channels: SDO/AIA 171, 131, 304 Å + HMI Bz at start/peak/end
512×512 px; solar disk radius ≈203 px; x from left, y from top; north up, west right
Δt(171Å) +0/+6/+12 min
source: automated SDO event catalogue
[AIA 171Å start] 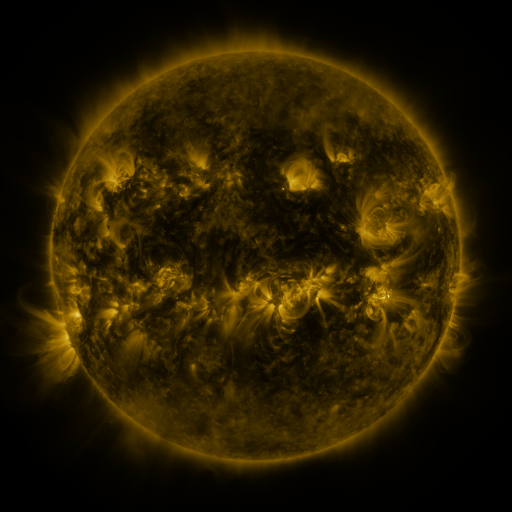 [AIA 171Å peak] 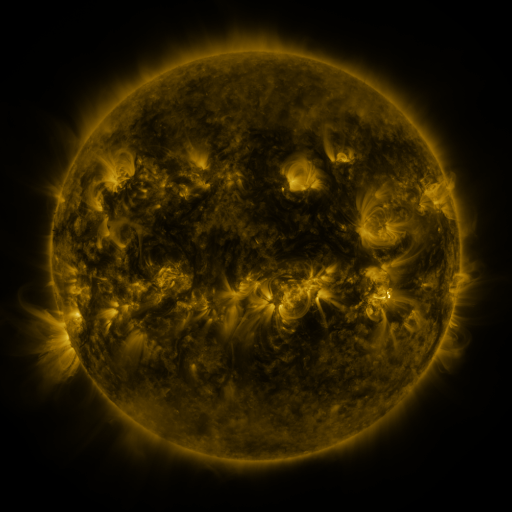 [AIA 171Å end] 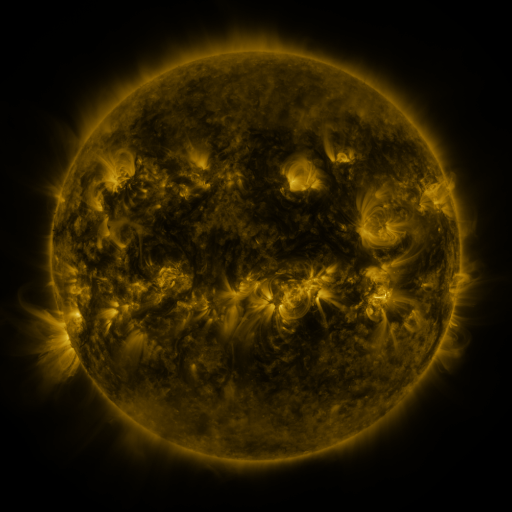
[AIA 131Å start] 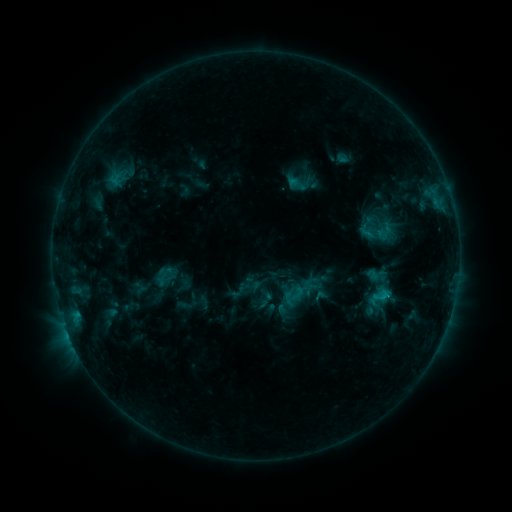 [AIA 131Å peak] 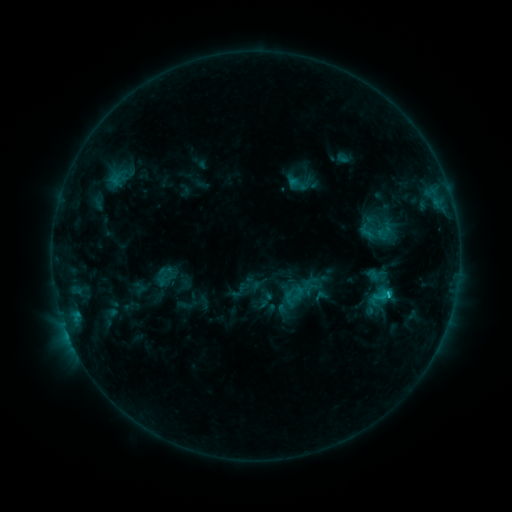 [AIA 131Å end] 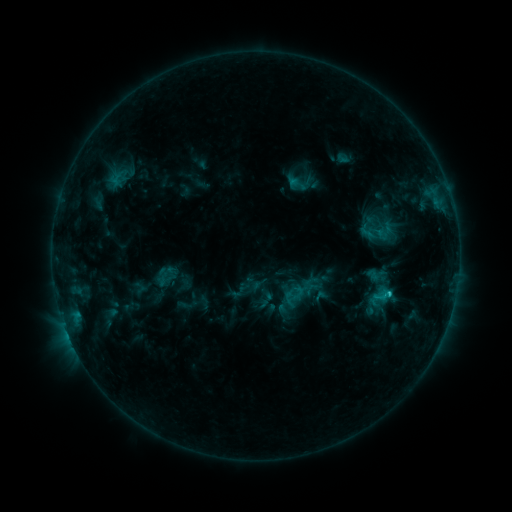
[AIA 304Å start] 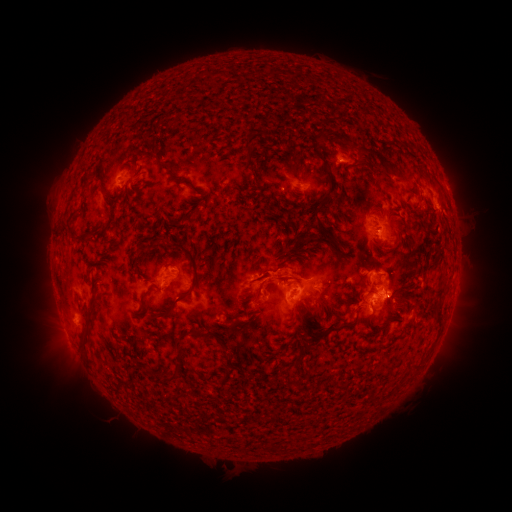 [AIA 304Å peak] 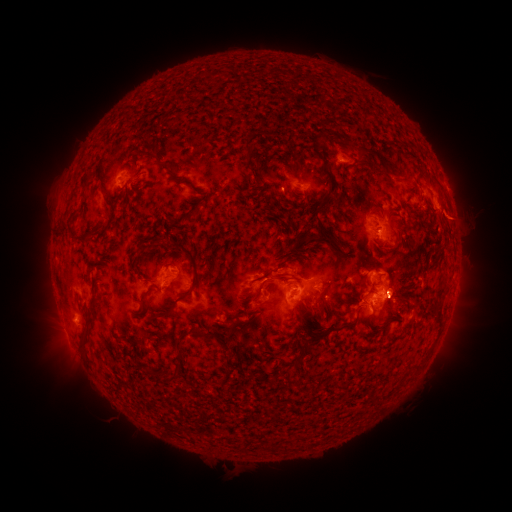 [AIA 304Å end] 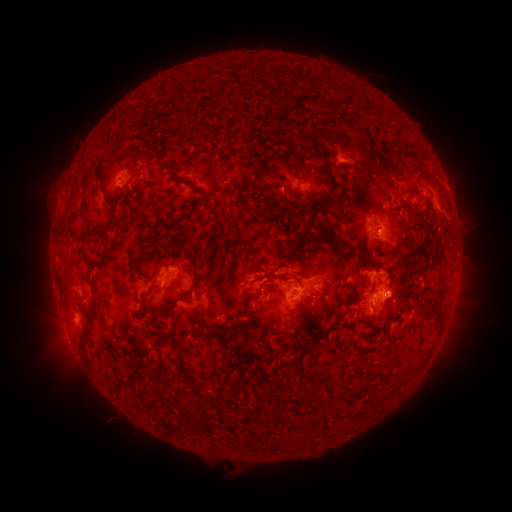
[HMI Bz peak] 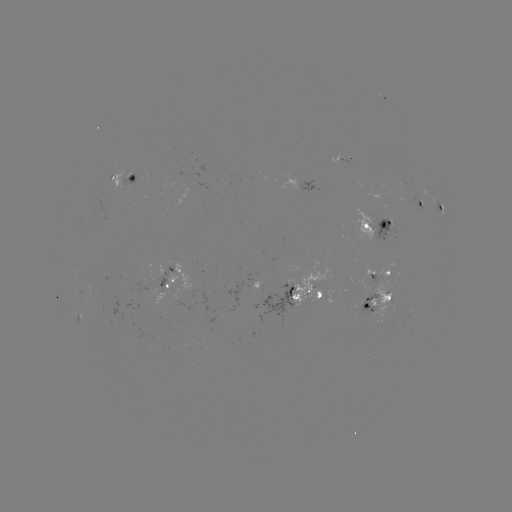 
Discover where C1.6 flare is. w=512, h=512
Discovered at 387,294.